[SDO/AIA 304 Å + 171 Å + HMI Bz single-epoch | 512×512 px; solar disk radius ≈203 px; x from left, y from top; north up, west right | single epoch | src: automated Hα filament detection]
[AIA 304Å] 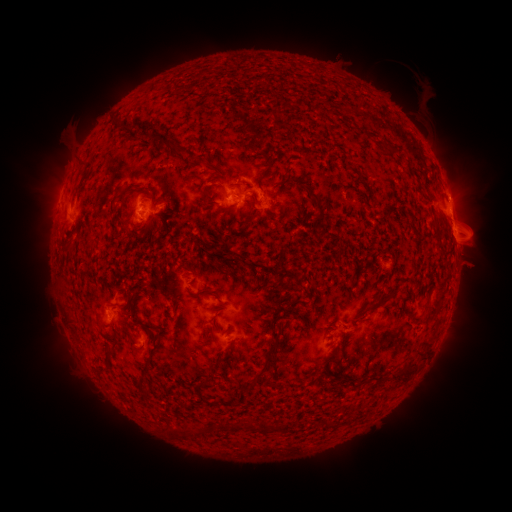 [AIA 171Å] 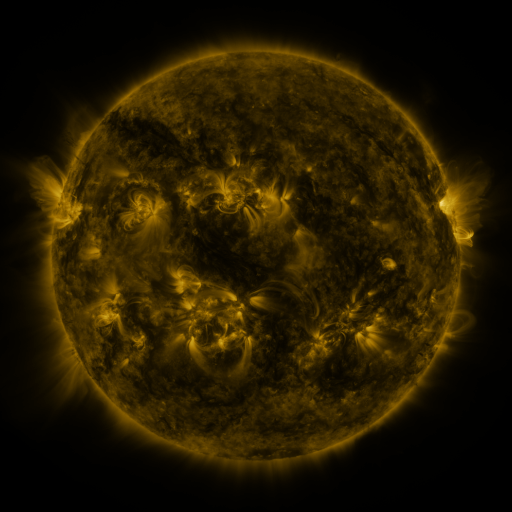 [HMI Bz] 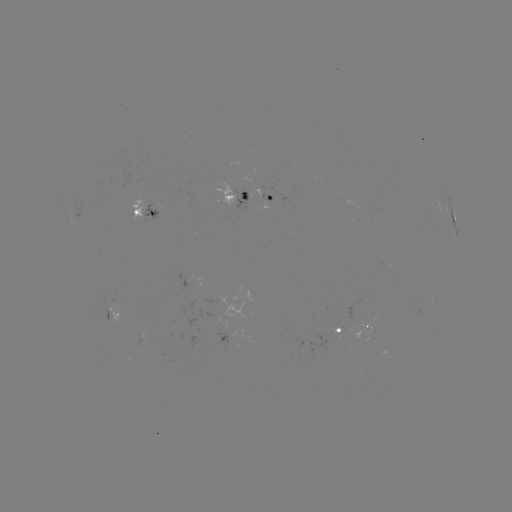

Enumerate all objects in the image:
filament: (174, 149)
filament: (271, 162)
filament: (206, 194)
filament: (116, 199)
filament: (317, 200)
filament: (254, 201)
filament: (382, 301)
filament: (132, 346)
filament: (108, 348)
filament: (268, 352)
filament: (142, 373)
filament: (208, 385)
